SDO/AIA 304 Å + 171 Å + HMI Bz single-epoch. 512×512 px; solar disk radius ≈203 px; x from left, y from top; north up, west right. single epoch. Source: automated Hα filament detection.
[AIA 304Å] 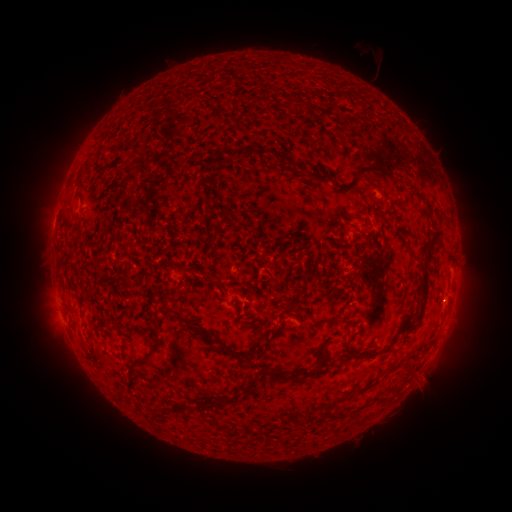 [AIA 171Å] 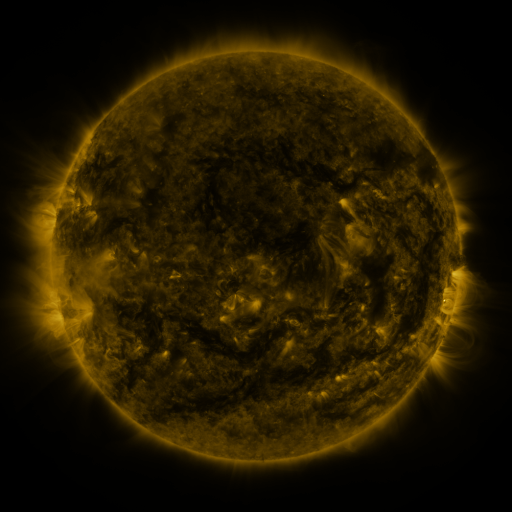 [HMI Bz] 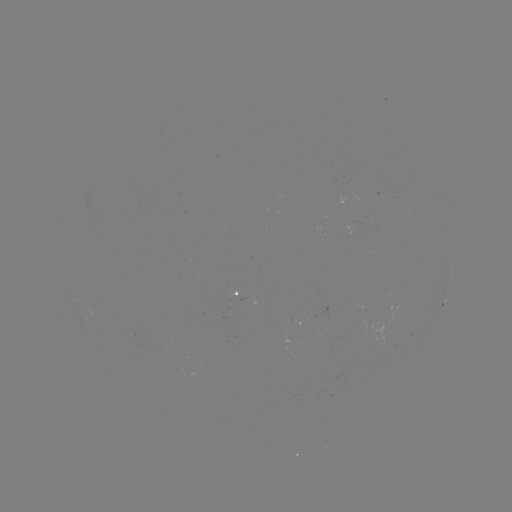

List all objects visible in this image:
filament: (186, 80)
filament: (268, 152)
filament: (214, 160)
filament: (86, 167)
filament: (369, 167)
filament: (319, 172)
filament: (202, 184)
filament: (339, 185)
filament: (78, 187)
filament: (429, 244)
filament: (425, 285)
filament: (70, 312)
filament: (337, 317)
filament: (157, 328)
filament: (193, 328)
filament: (323, 347)
filament: (381, 350)
filament: (233, 354)
filament: (149, 359)
filament: (397, 365)
filament: (290, 376)
filament: (247, 390)
filament: (211, 406)
filament: (167, 411)
